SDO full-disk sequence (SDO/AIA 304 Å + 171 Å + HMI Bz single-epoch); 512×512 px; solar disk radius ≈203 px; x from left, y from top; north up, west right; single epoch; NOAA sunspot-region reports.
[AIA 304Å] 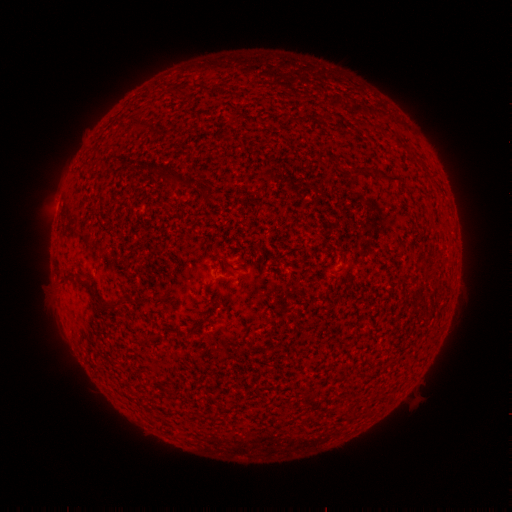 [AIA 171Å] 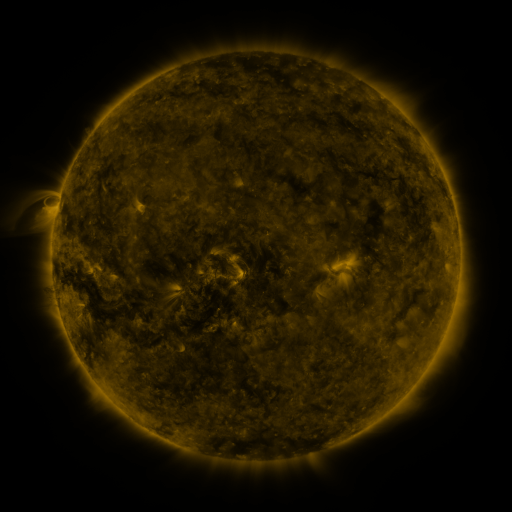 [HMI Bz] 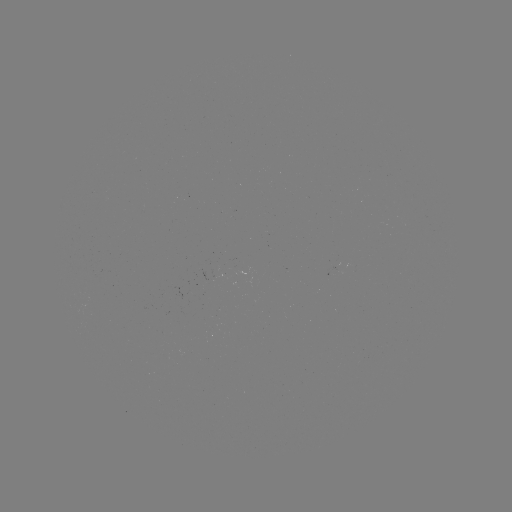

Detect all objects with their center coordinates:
(none)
